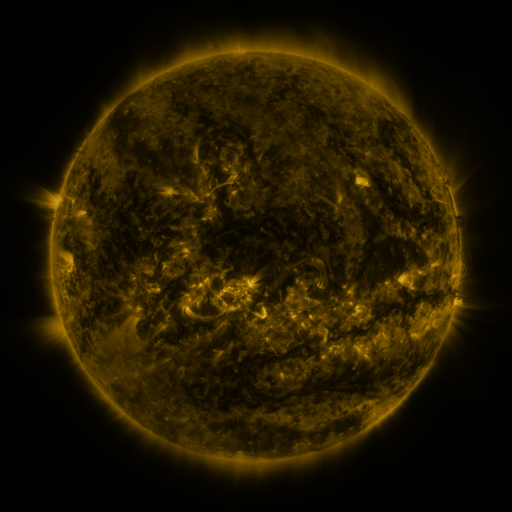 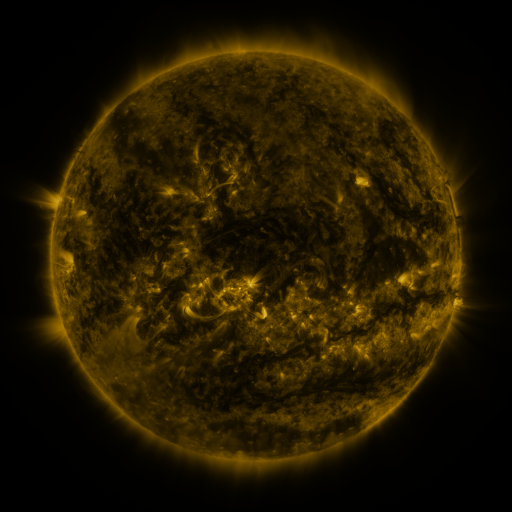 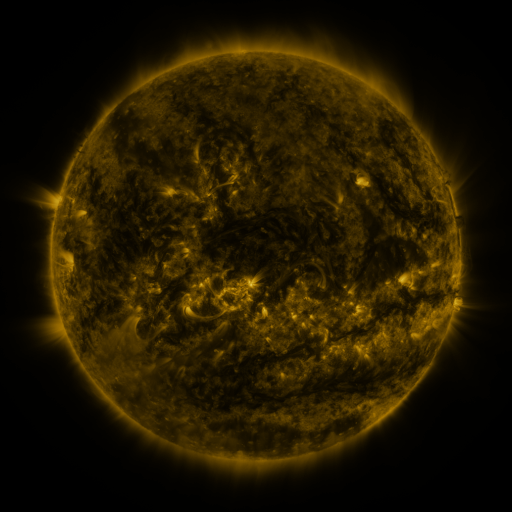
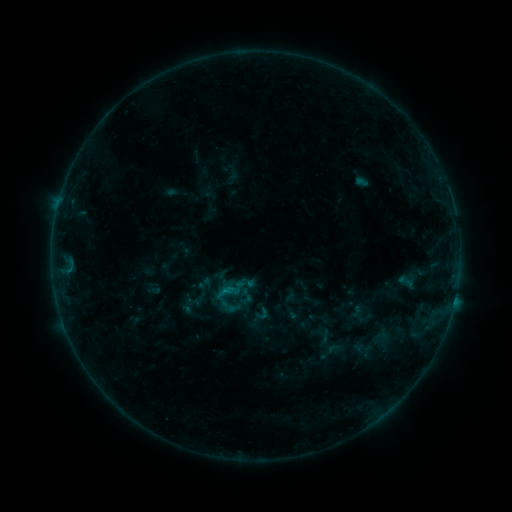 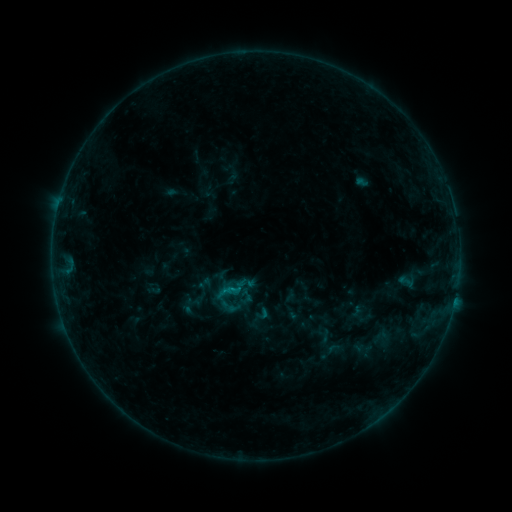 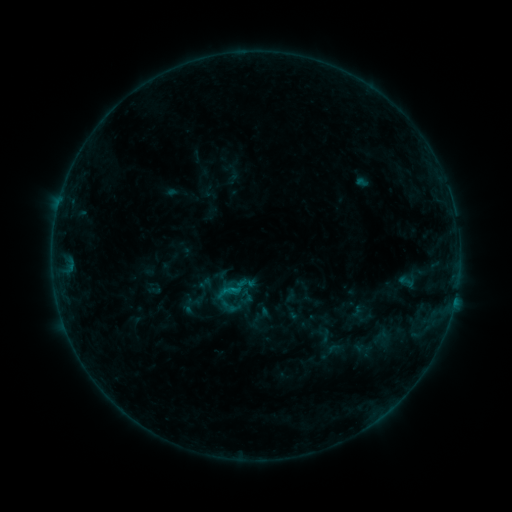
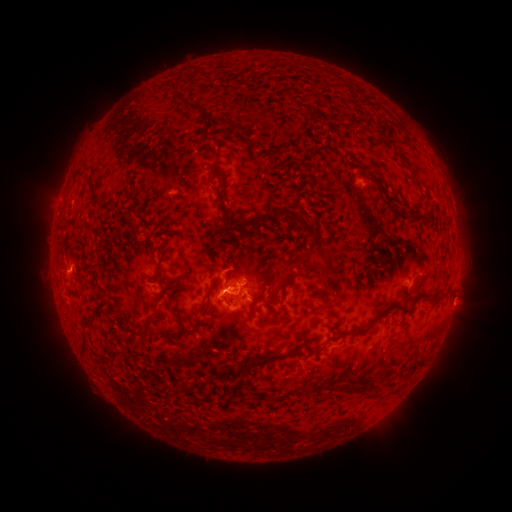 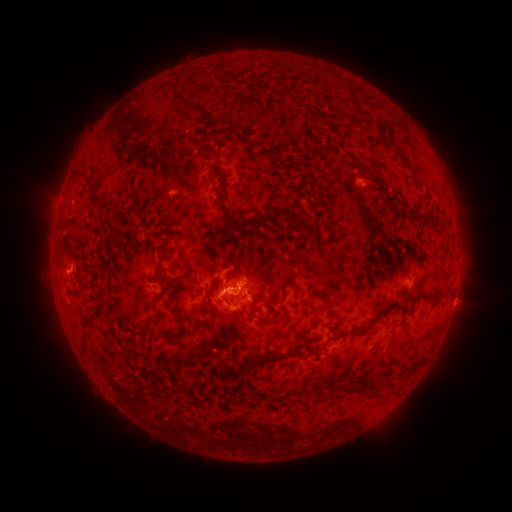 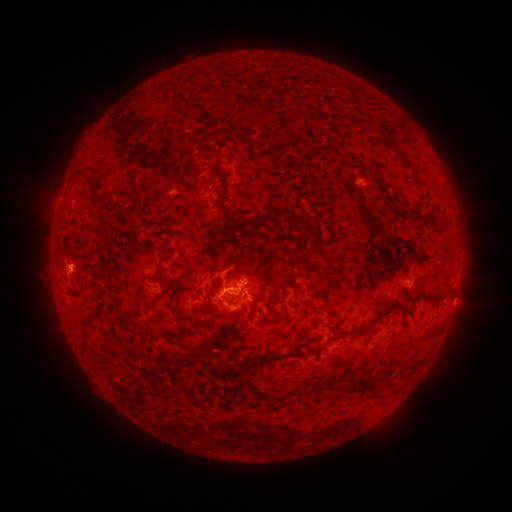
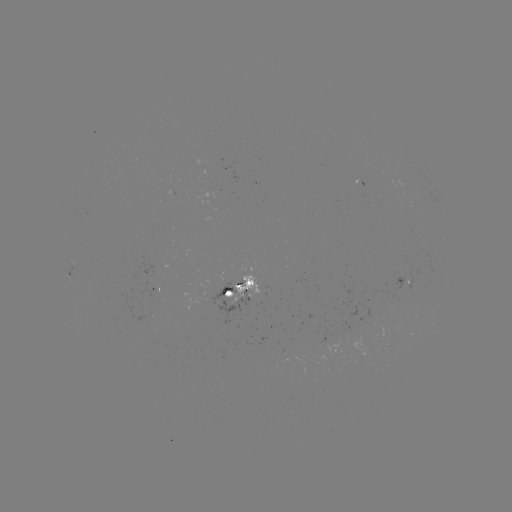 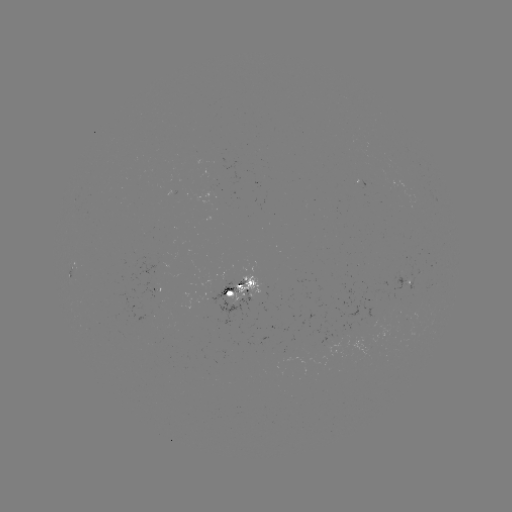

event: flare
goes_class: B9.0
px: (235, 287)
